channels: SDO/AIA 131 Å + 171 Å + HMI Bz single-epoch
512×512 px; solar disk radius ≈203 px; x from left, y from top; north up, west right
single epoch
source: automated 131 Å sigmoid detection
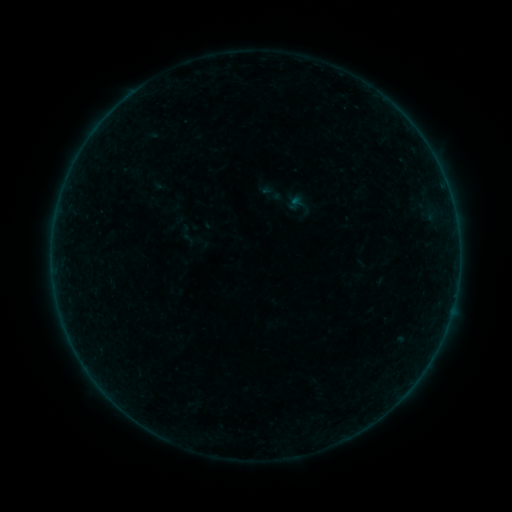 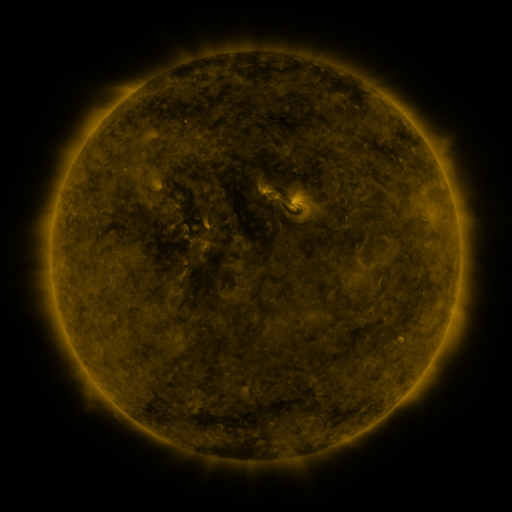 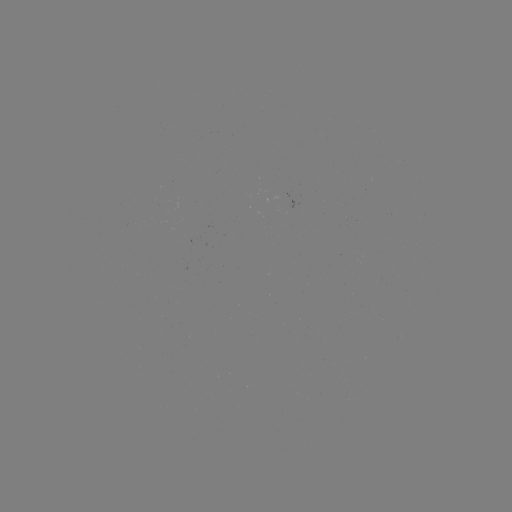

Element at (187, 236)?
sigmoid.